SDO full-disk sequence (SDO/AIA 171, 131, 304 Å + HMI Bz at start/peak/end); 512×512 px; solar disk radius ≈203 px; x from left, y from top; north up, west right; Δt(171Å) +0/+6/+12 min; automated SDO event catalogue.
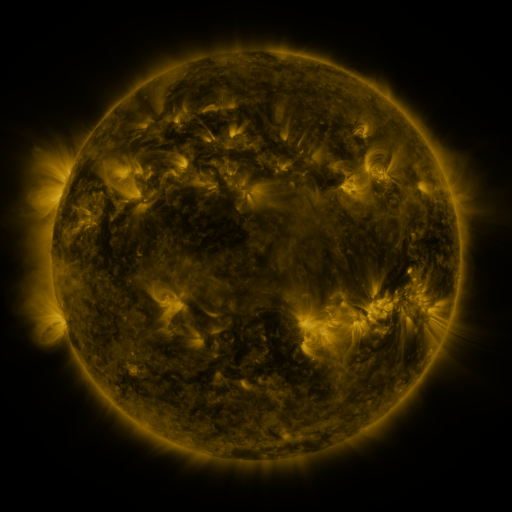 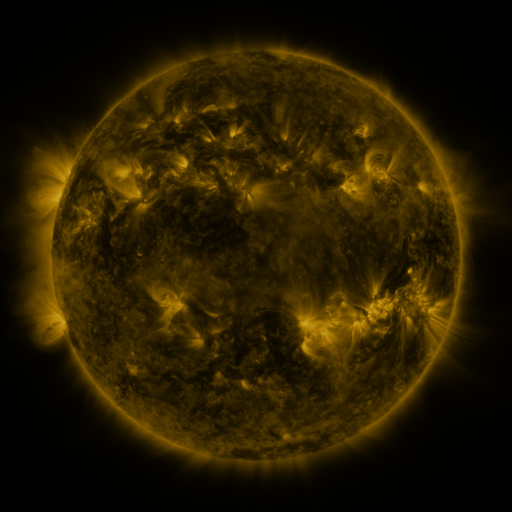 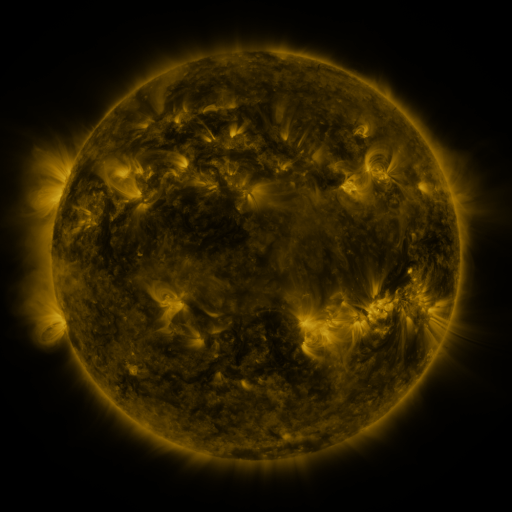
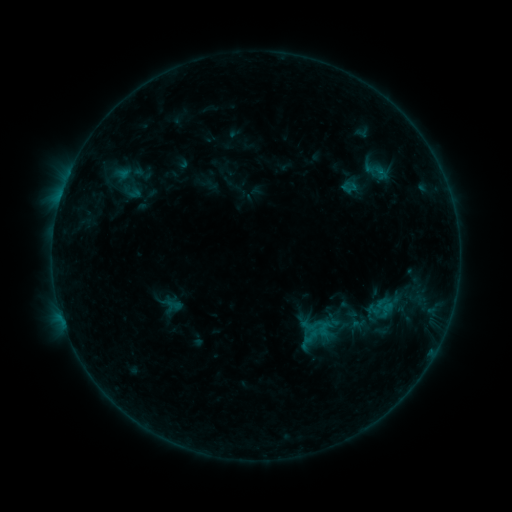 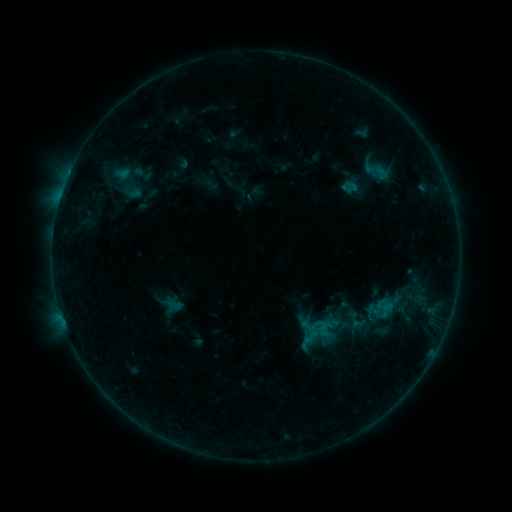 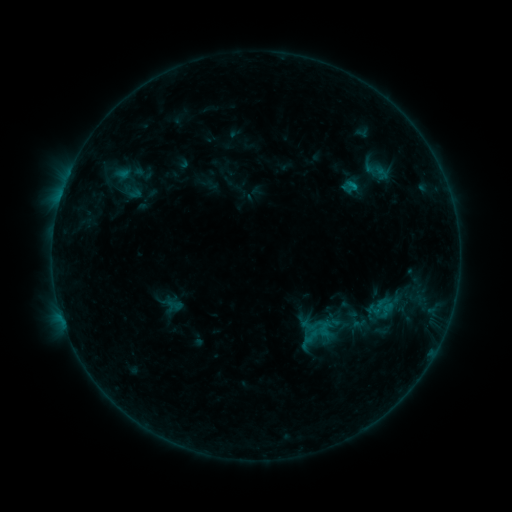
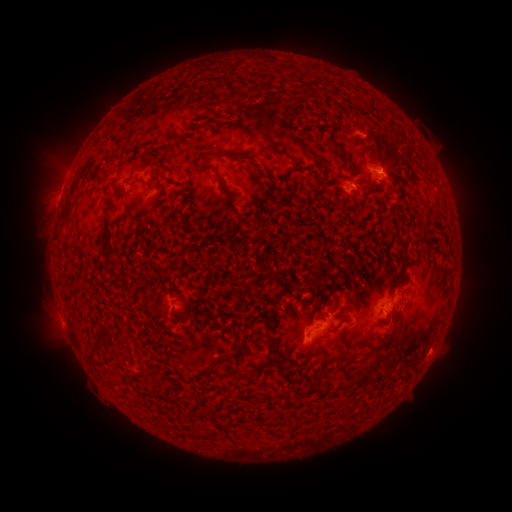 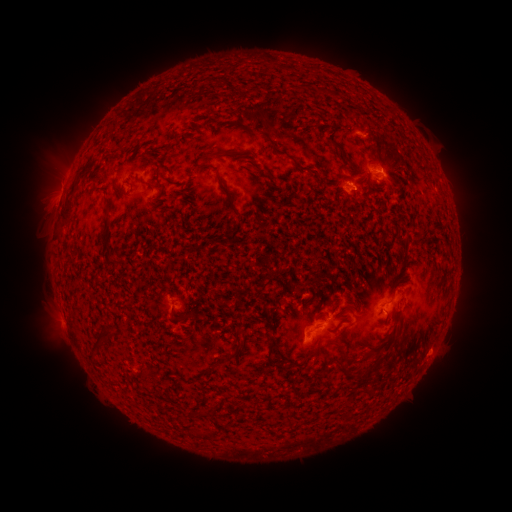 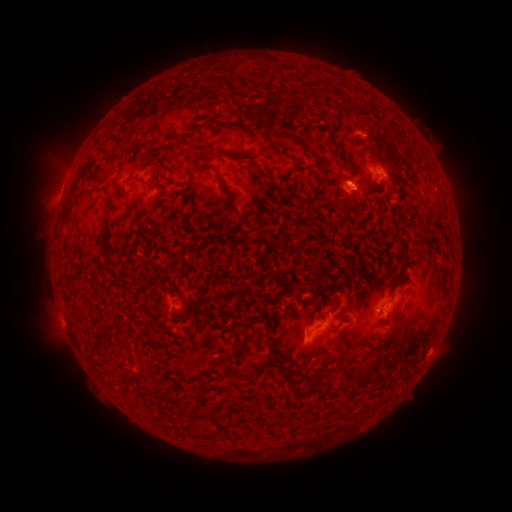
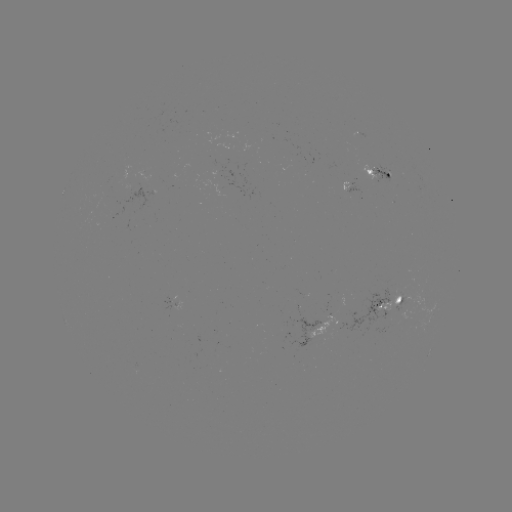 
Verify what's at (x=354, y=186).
B4.4 flare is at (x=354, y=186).